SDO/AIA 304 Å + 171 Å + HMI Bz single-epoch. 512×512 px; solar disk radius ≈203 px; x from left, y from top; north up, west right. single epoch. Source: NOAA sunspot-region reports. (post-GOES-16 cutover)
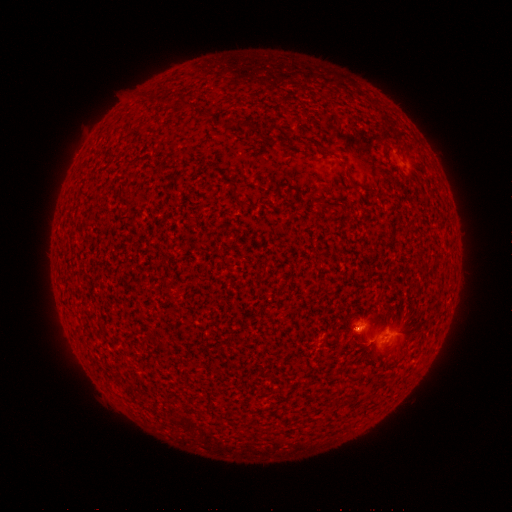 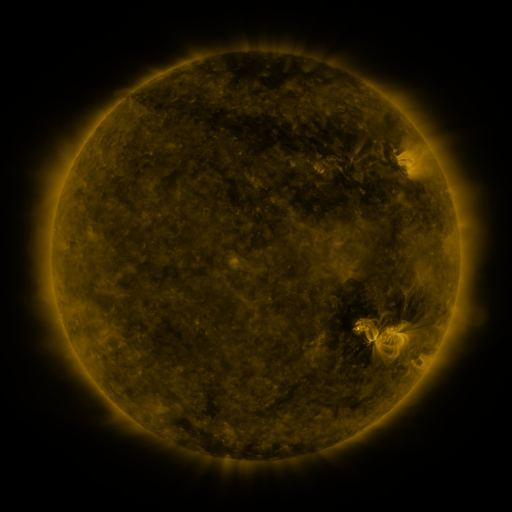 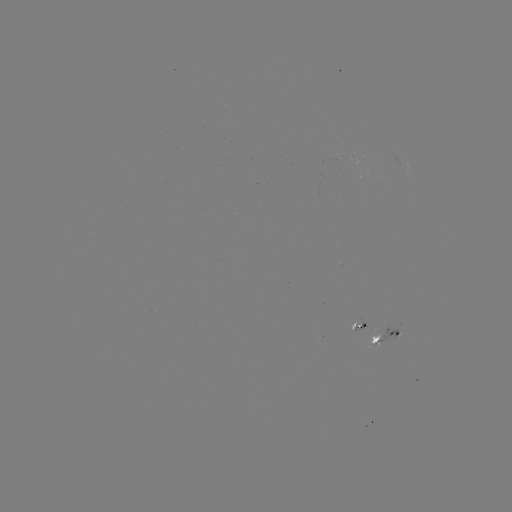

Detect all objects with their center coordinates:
spotted active region: (363, 322)
spotted active region: (389, 336)
